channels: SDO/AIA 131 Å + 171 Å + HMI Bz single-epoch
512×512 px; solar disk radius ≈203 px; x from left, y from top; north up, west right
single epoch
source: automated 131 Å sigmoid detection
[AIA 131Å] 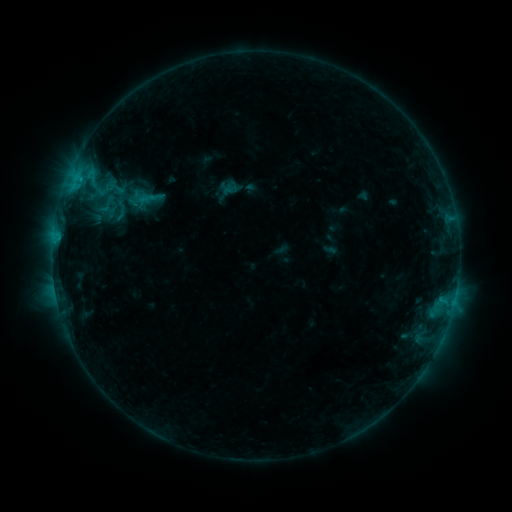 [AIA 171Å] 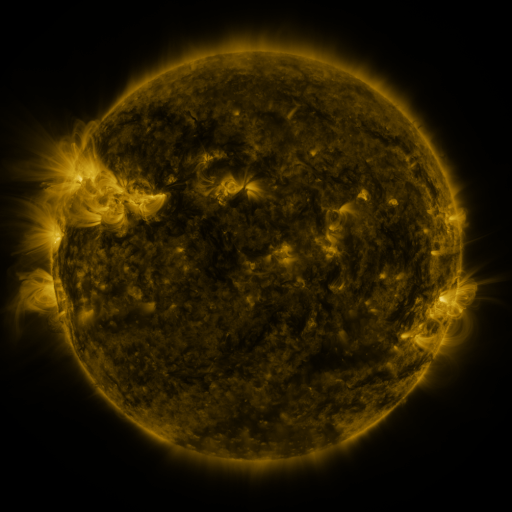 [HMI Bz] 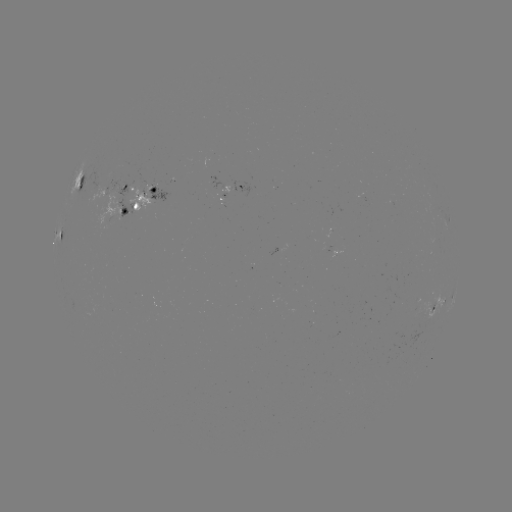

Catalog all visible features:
sigmoid: <bbox>97, 194, 118, 214</bbox>
